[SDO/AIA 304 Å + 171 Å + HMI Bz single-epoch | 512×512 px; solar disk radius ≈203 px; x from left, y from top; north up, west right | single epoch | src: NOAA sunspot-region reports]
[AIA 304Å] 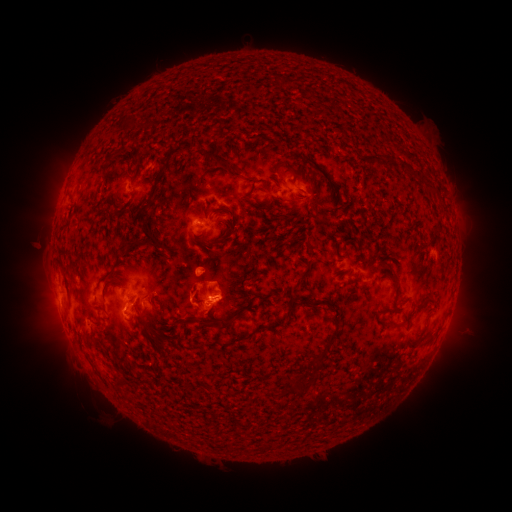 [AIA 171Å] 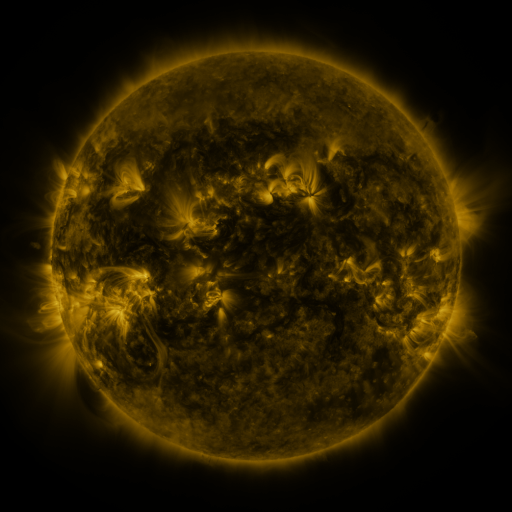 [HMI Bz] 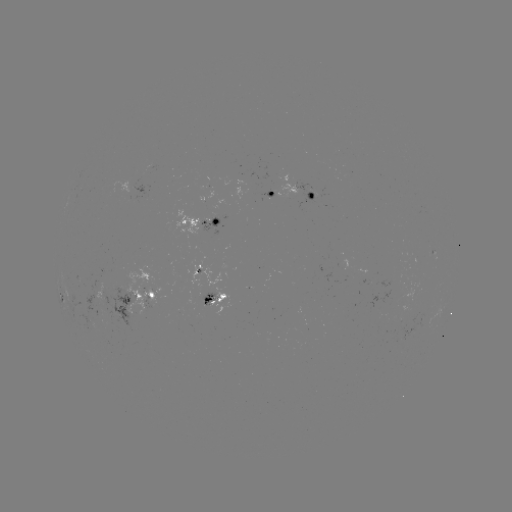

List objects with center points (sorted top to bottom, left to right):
spotted active region: (273, 194)
spotted active region: (304, 194)
spotted active region: (199, 222)
spotted active region: (200, 268)
spotted active region: (212, 300)
spotted active region: (139, 303)
